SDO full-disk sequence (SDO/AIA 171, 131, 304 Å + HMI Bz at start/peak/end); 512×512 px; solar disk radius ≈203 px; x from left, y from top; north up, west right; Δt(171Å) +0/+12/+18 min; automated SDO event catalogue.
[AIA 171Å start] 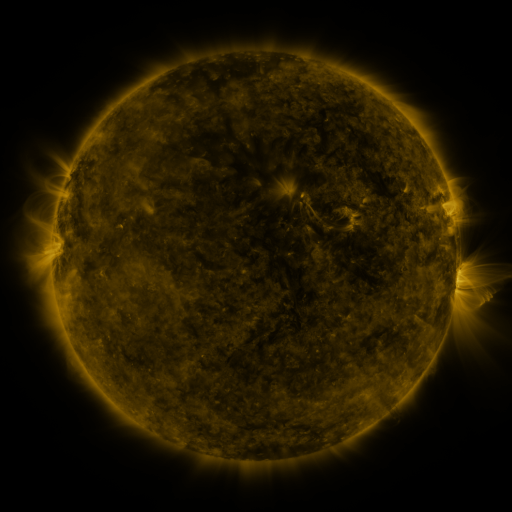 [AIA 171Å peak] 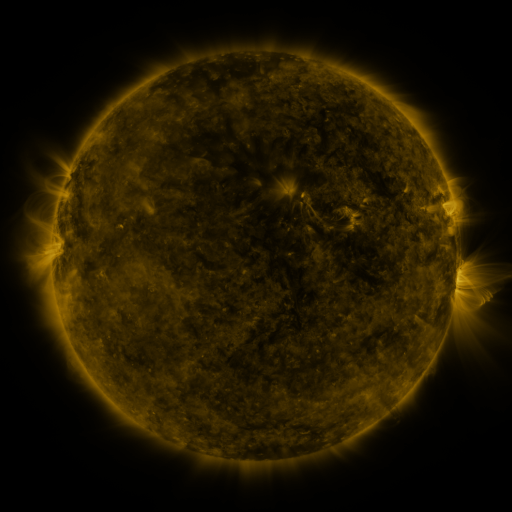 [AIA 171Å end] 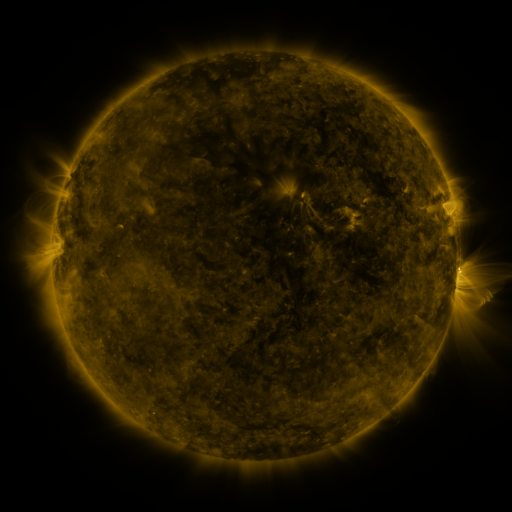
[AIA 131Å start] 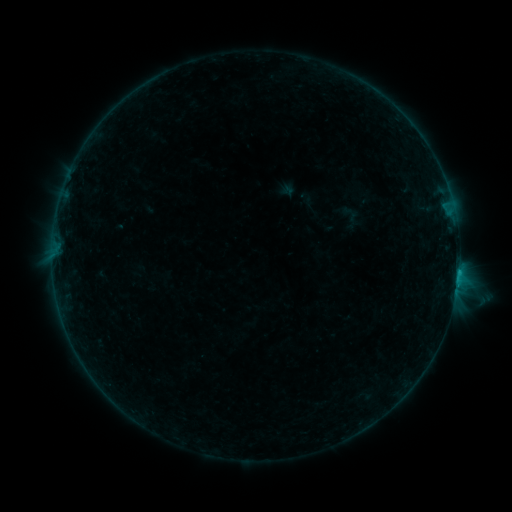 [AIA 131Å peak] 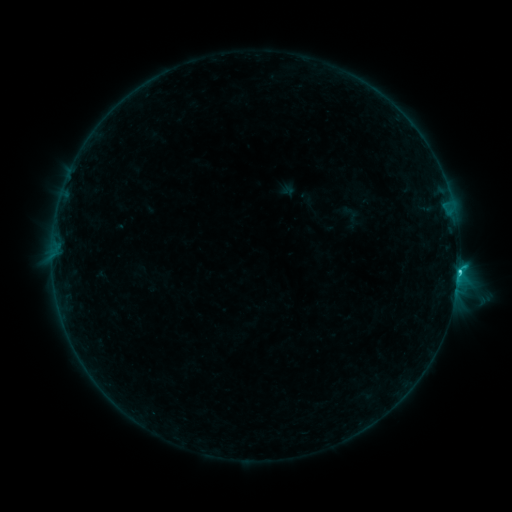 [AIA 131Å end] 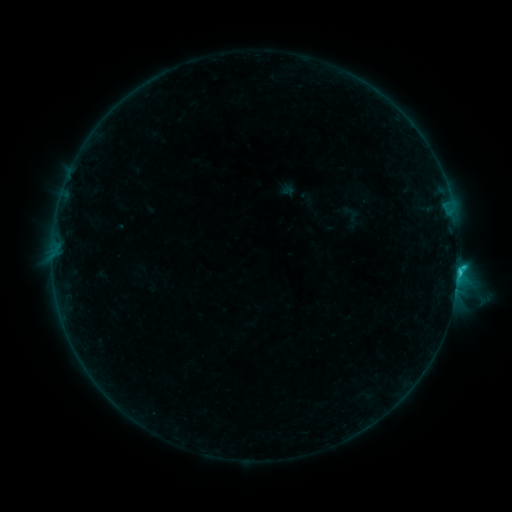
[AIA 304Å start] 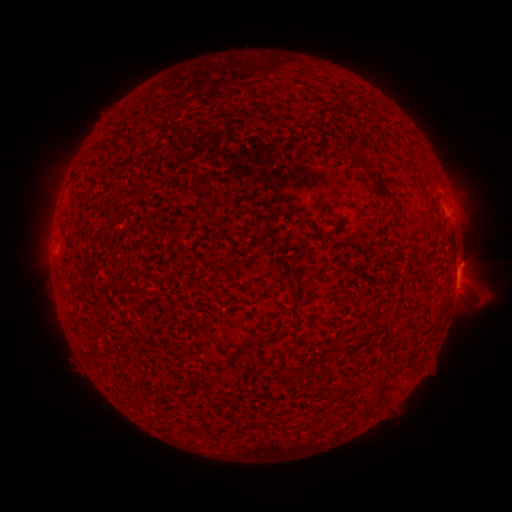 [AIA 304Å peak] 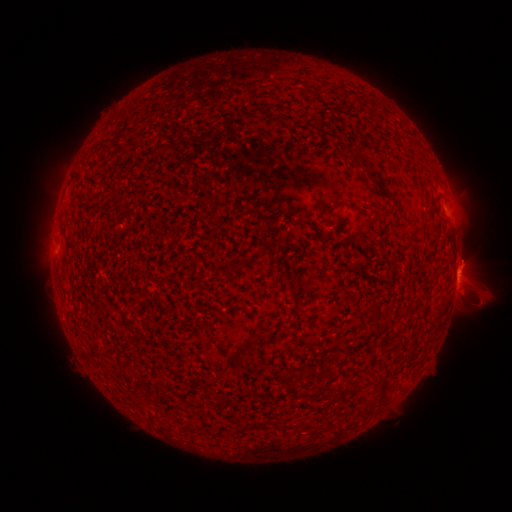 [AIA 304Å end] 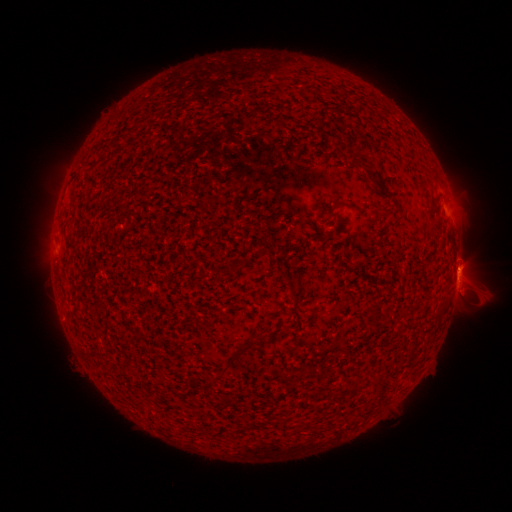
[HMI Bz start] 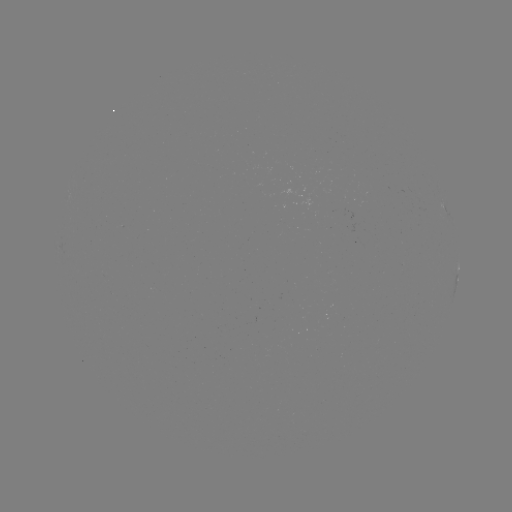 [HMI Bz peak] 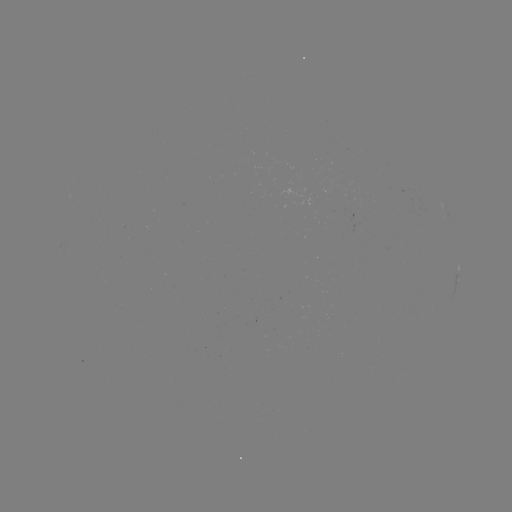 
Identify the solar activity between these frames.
C1.3 flare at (458, 270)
